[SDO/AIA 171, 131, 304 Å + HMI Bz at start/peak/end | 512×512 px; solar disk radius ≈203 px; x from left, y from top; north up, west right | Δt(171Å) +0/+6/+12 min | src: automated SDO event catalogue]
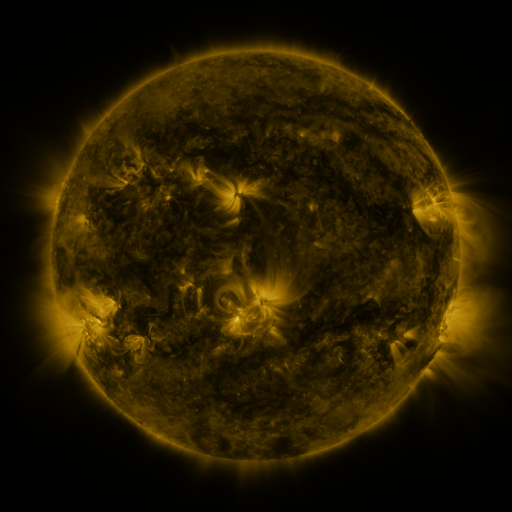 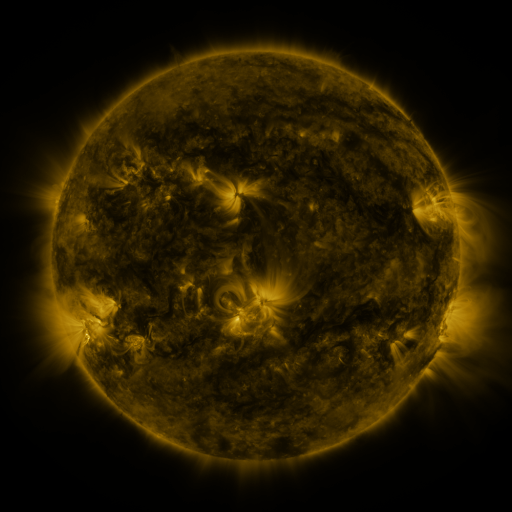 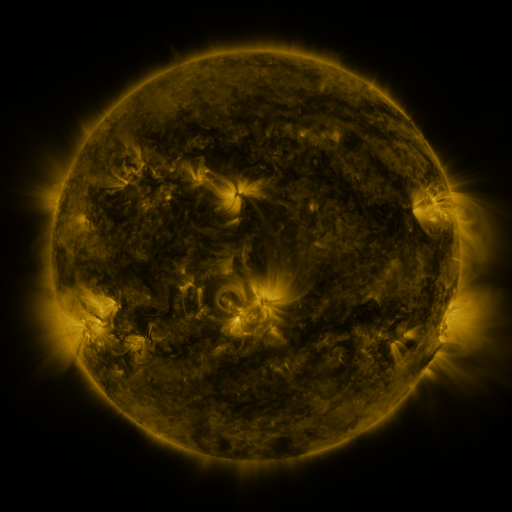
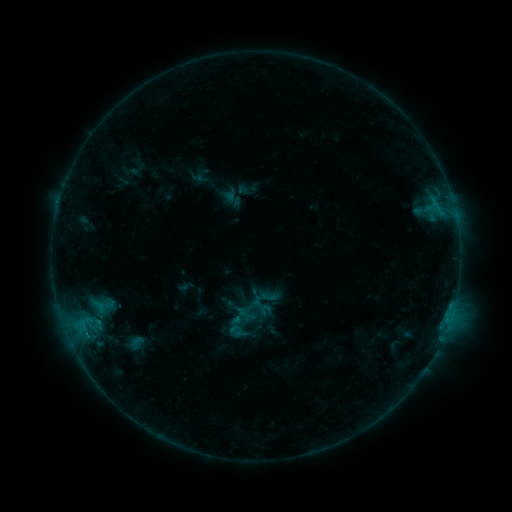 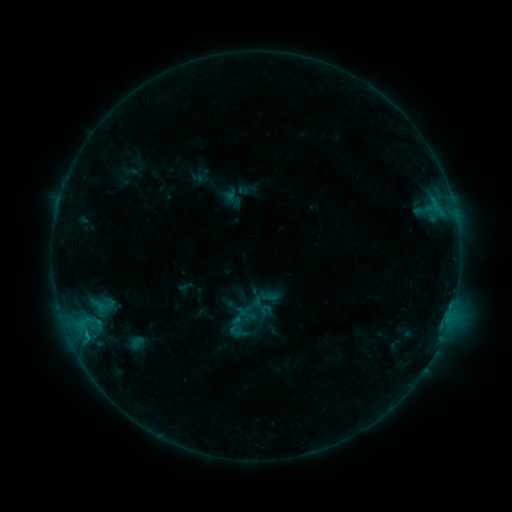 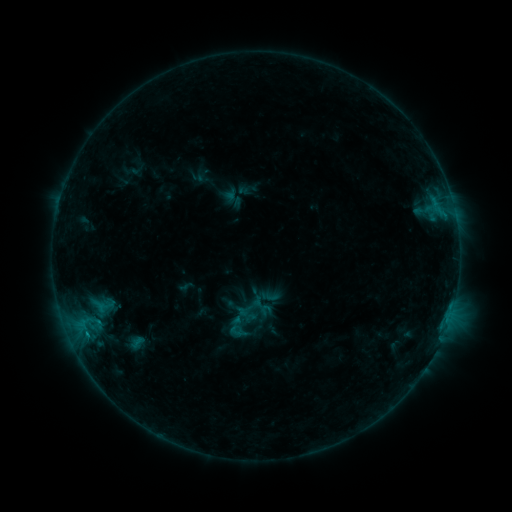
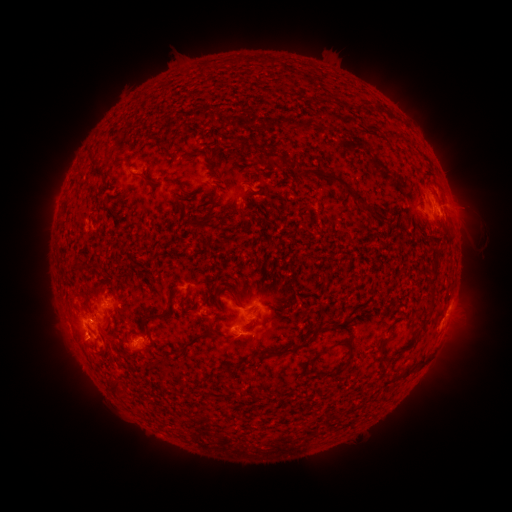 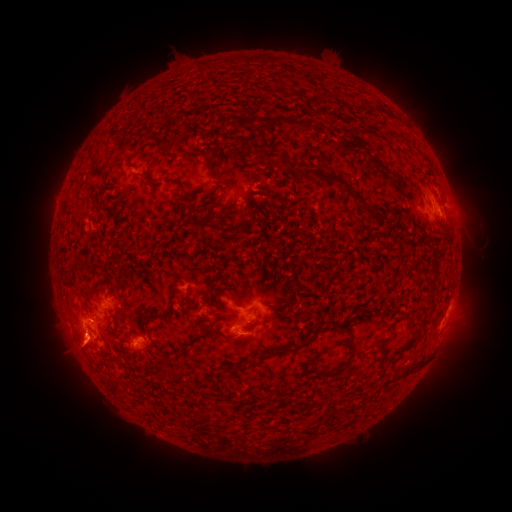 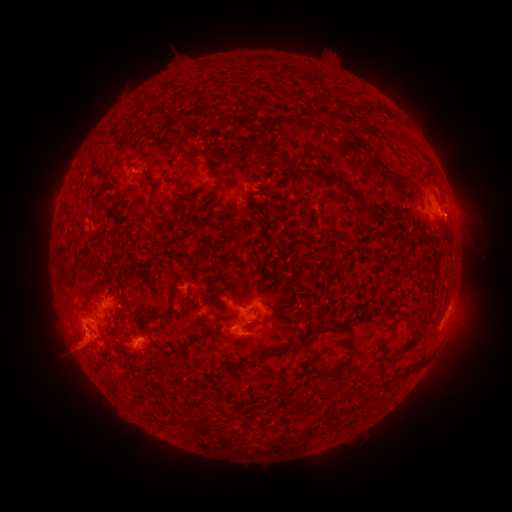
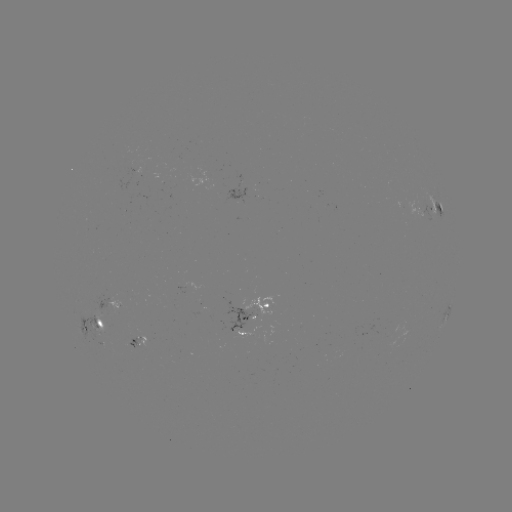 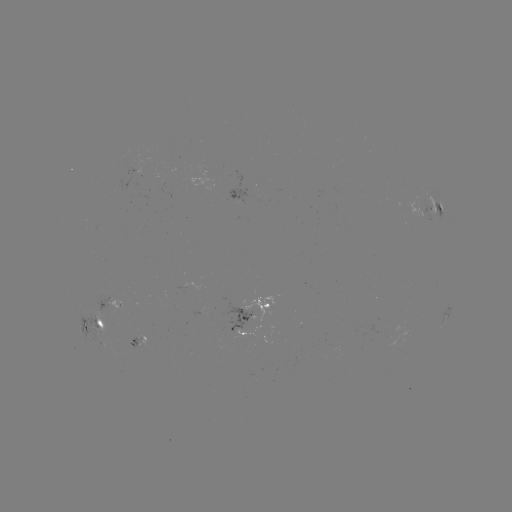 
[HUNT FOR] B7.6 flare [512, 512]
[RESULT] [87, 329]